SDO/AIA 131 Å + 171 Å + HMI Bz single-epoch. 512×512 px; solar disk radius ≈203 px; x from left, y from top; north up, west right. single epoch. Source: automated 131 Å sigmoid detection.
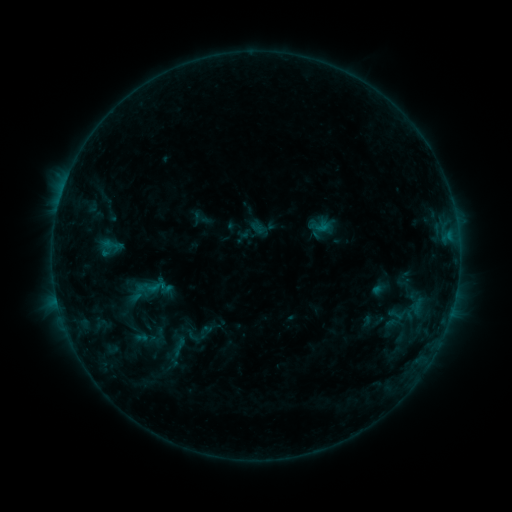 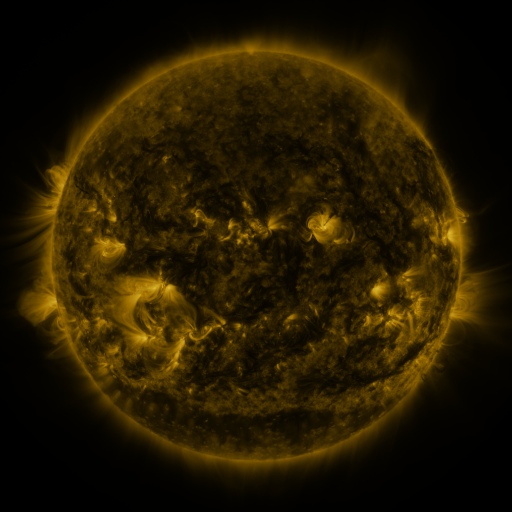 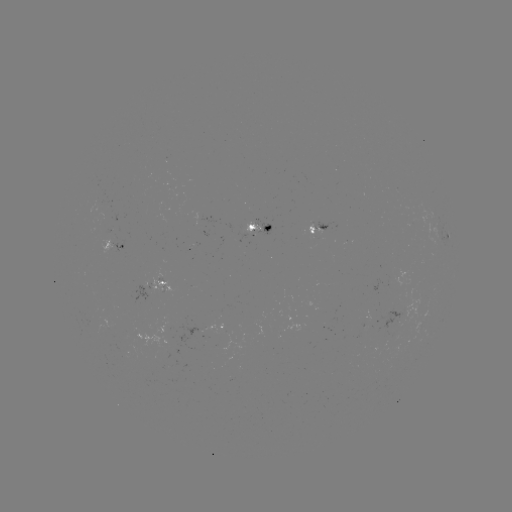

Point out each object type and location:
sigmoid: [101, 235, 120, 256]
sigmoid: [142, 274, 168, 299]
